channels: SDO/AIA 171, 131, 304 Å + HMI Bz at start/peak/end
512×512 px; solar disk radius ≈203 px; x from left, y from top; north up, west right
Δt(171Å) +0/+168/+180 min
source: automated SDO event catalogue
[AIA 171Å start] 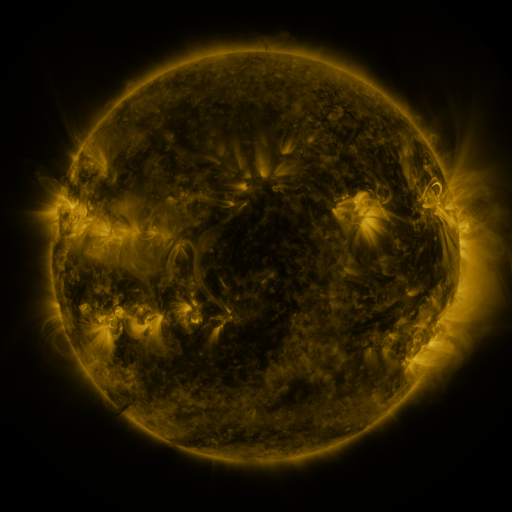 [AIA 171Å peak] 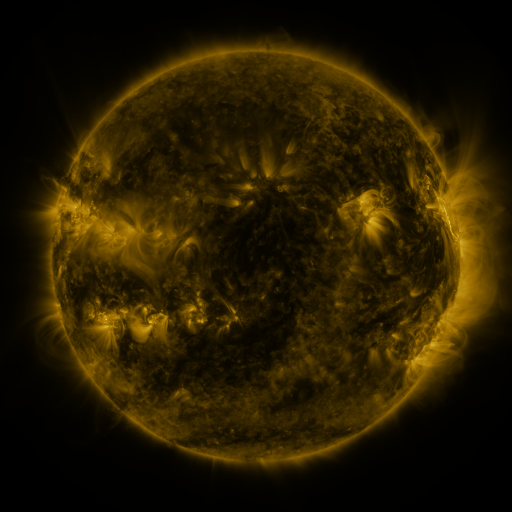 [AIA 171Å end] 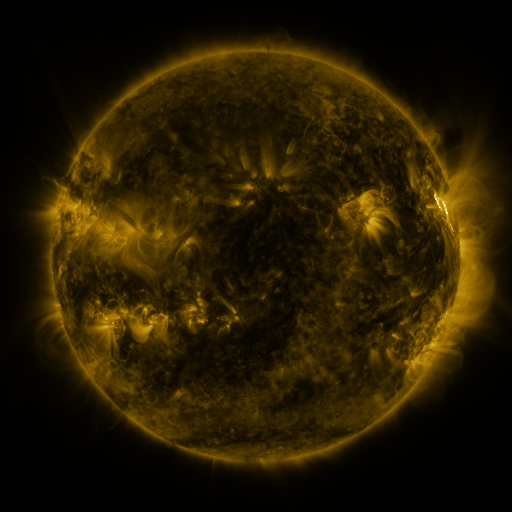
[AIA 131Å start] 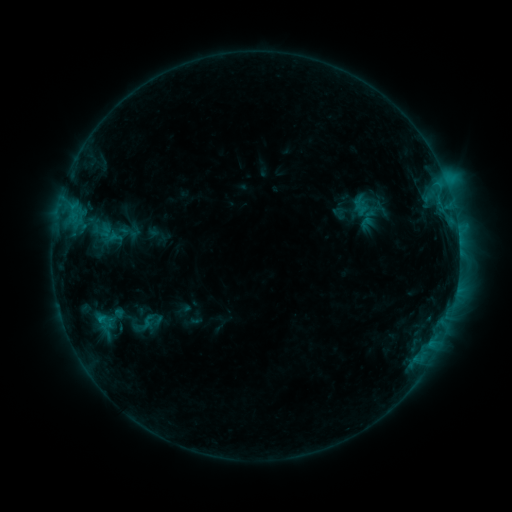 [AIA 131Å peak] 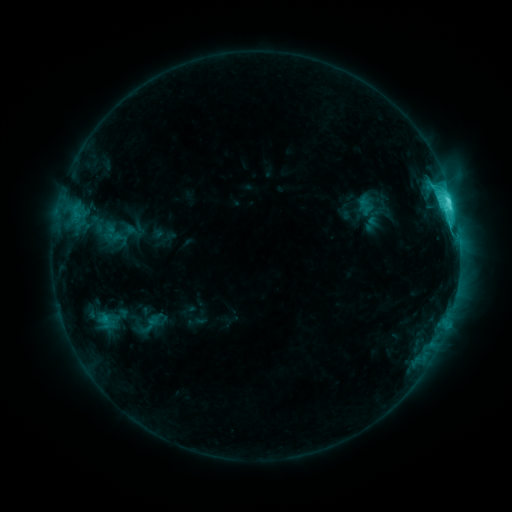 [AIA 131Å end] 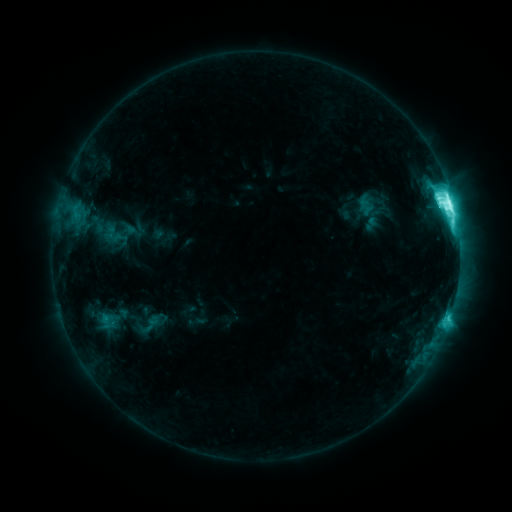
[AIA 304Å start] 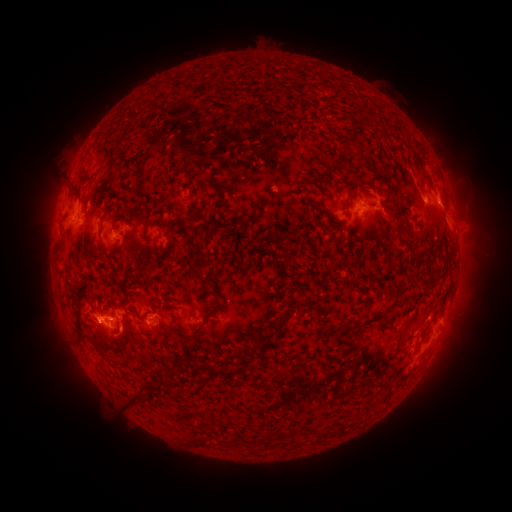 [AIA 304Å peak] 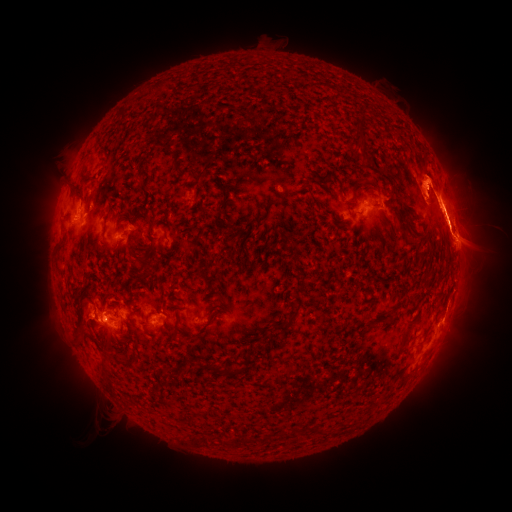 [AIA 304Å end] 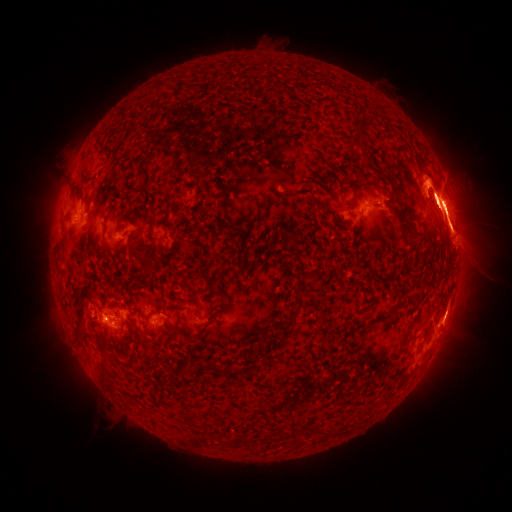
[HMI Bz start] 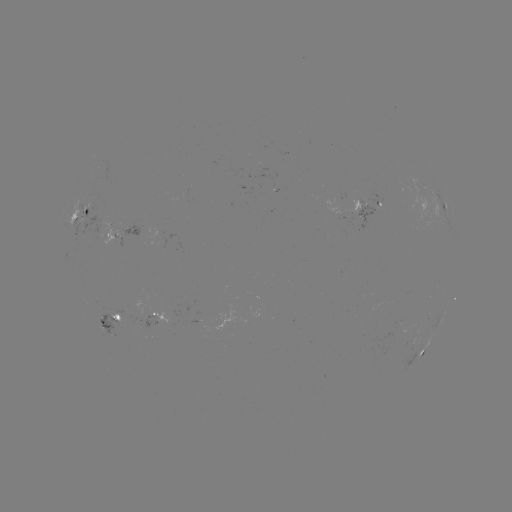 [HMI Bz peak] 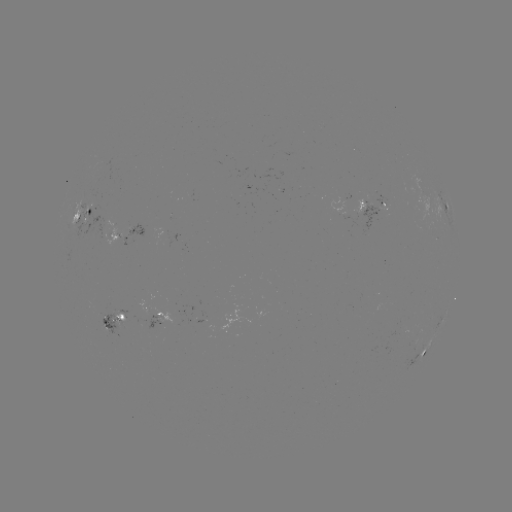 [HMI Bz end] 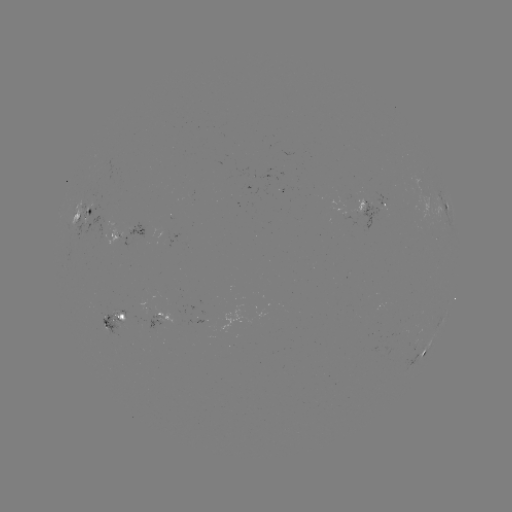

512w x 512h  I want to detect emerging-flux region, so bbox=[95, 313, 127, 335].